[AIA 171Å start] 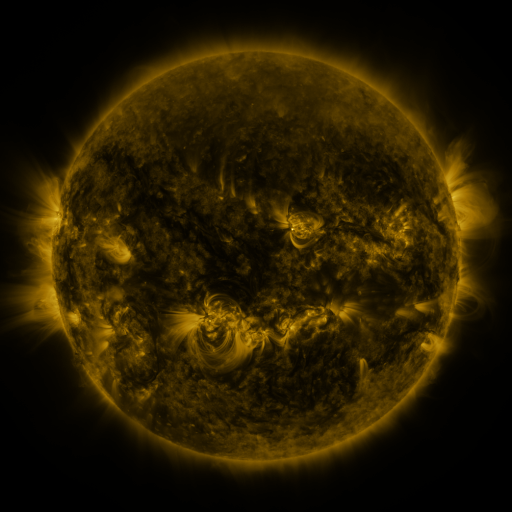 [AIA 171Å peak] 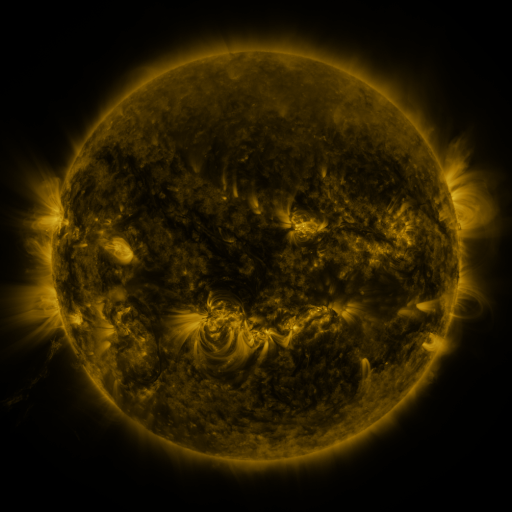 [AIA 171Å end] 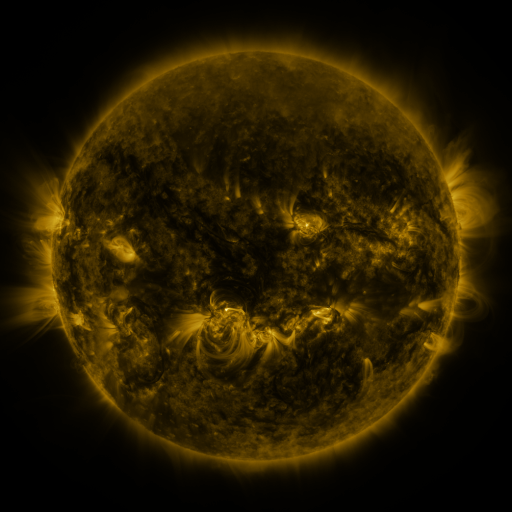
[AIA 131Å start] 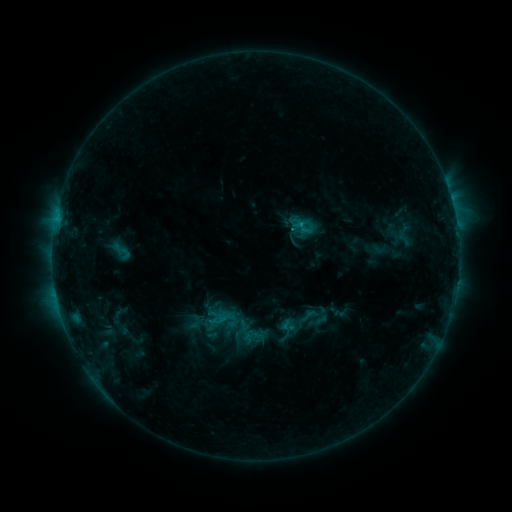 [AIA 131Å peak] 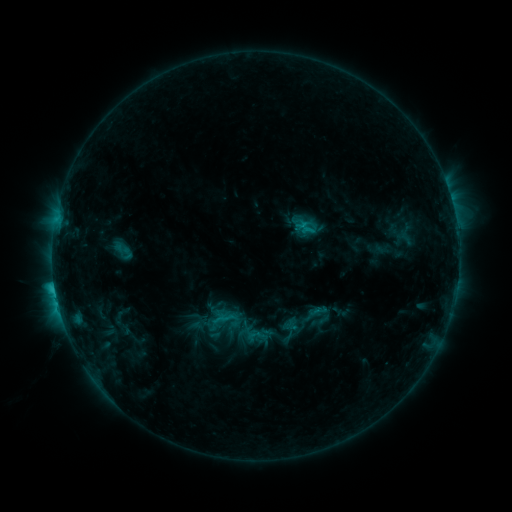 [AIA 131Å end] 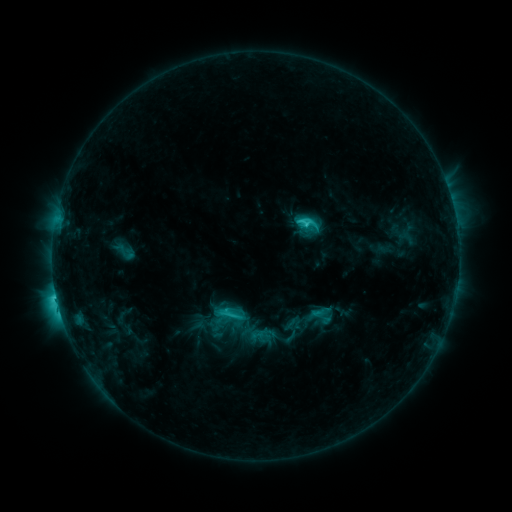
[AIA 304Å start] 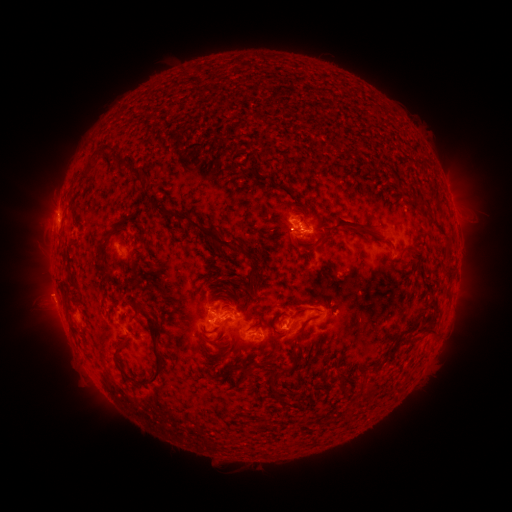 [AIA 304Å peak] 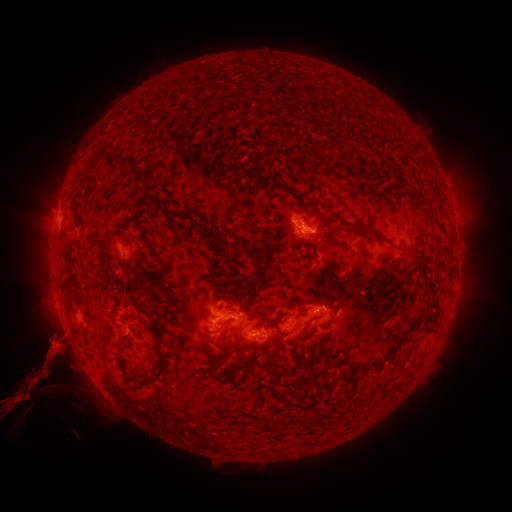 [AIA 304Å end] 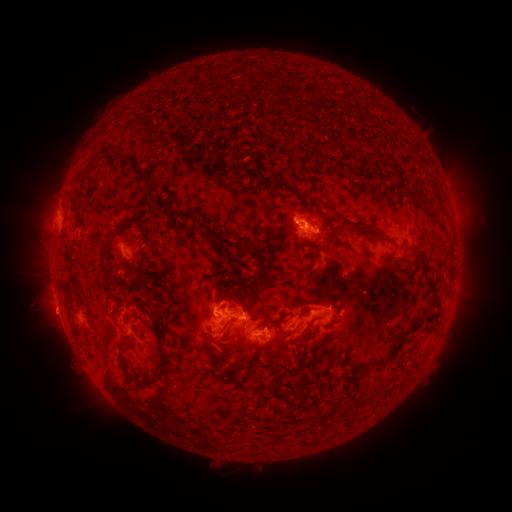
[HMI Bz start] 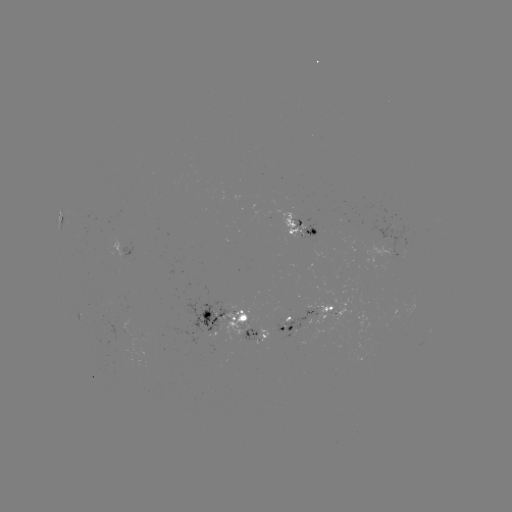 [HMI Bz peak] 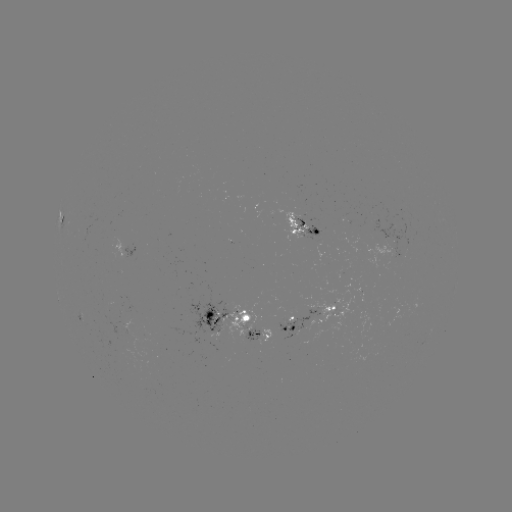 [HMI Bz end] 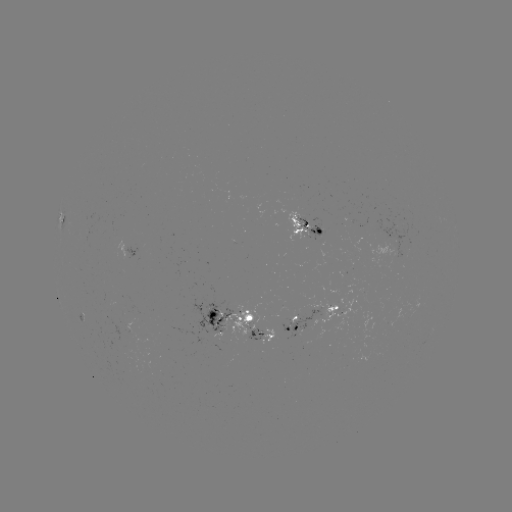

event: filament eruption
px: (72, 376)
